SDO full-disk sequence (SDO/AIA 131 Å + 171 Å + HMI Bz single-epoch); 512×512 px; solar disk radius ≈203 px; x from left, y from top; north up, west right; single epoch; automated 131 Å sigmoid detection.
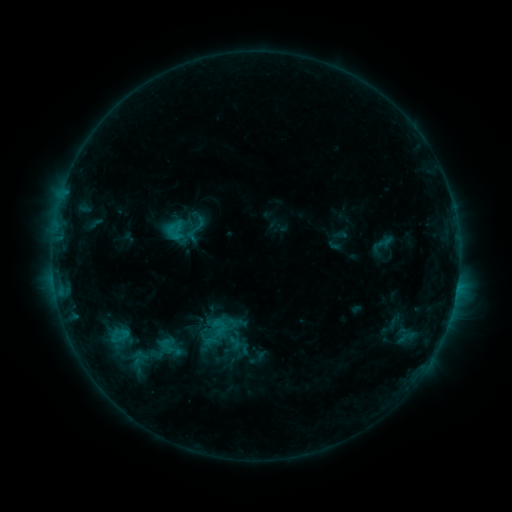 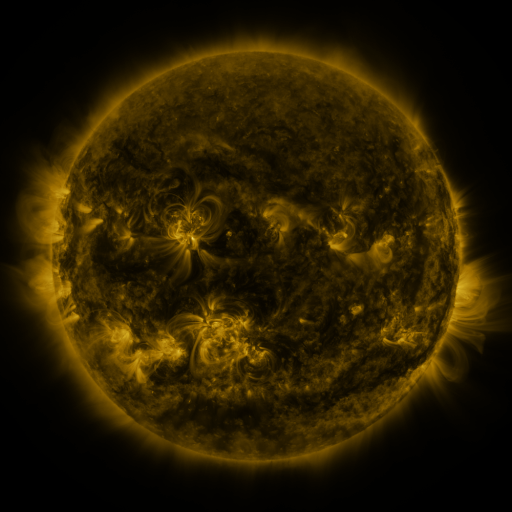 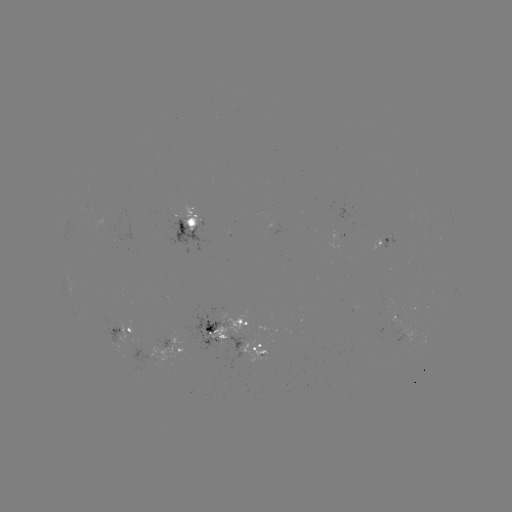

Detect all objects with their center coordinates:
sigmoid: (197, 226)
sigmoid: (166, 345)
